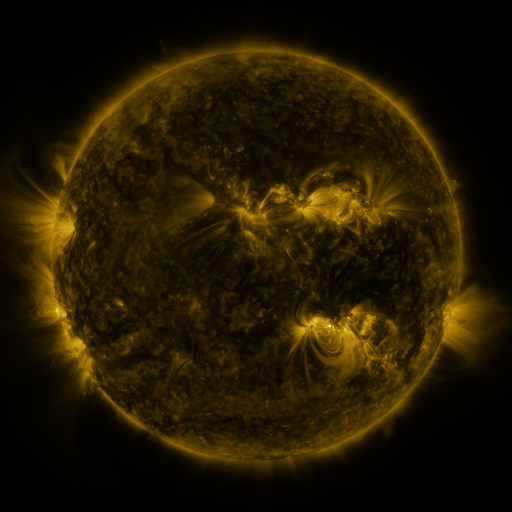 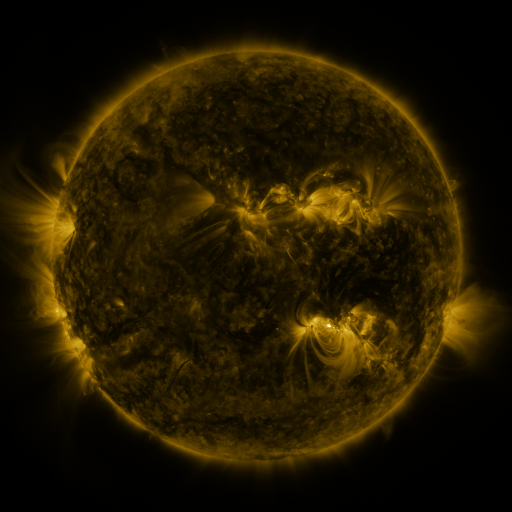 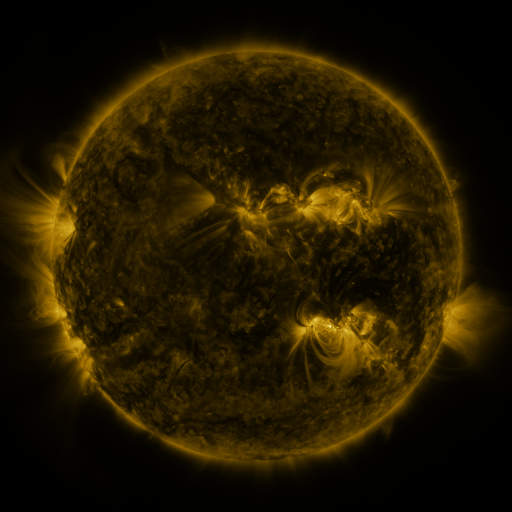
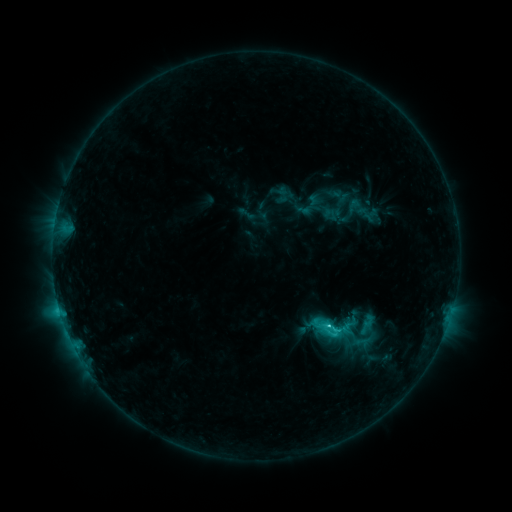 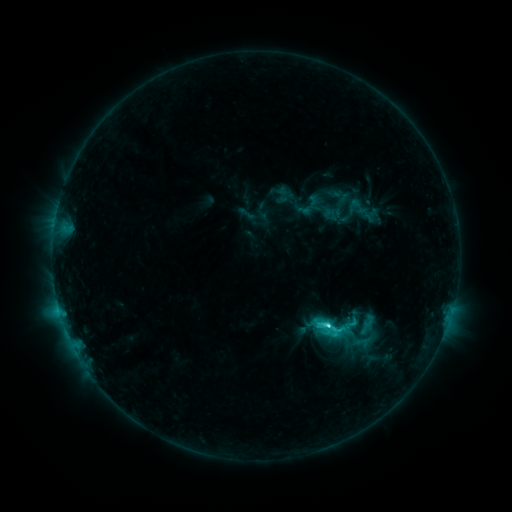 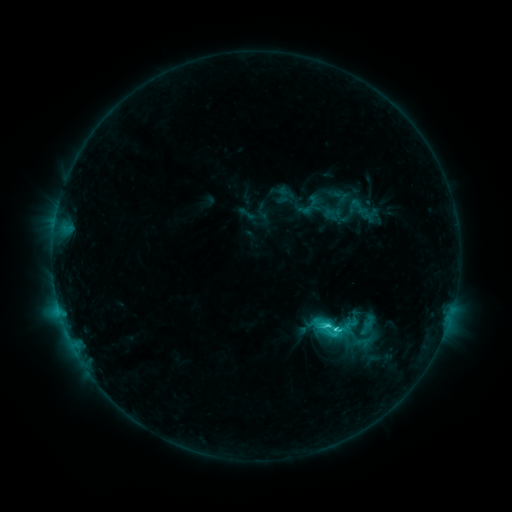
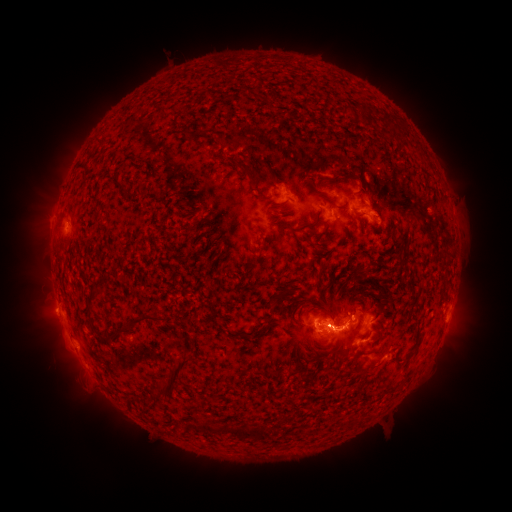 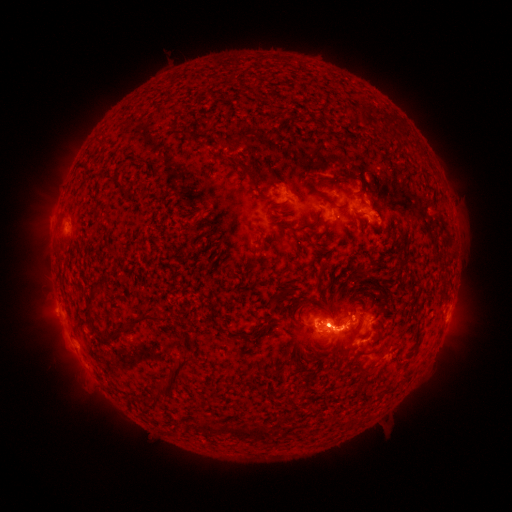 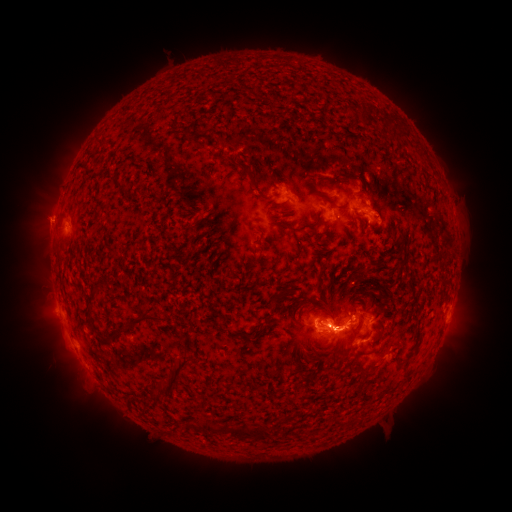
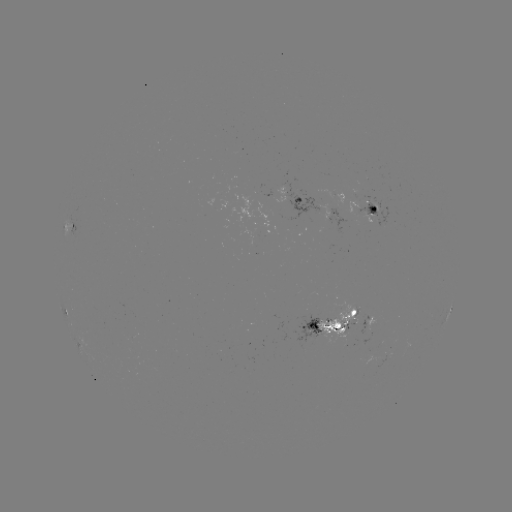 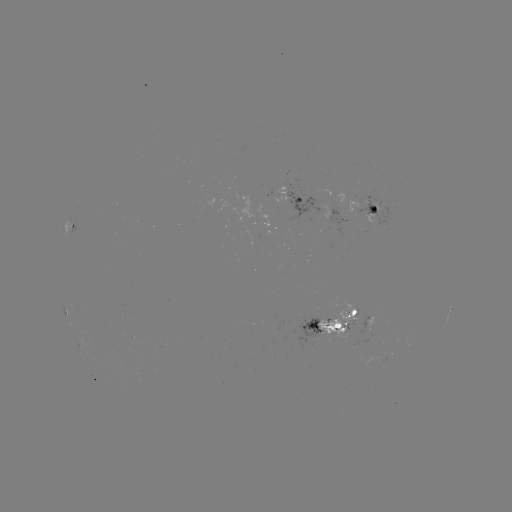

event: eruption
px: (54, 335)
